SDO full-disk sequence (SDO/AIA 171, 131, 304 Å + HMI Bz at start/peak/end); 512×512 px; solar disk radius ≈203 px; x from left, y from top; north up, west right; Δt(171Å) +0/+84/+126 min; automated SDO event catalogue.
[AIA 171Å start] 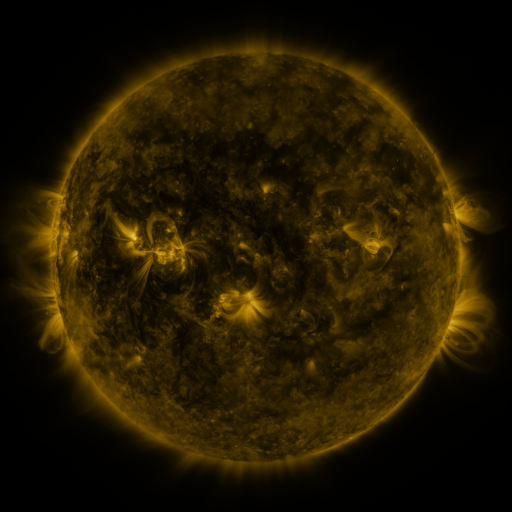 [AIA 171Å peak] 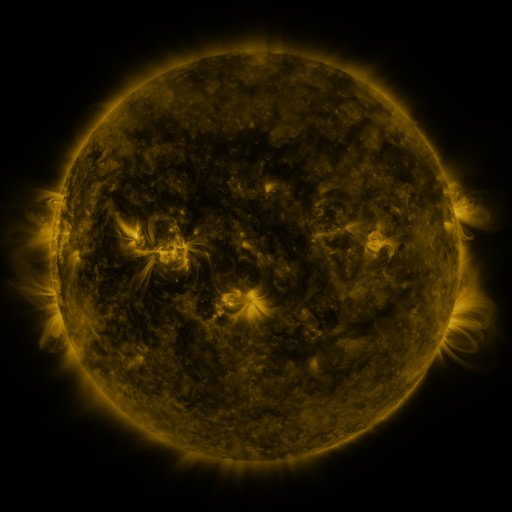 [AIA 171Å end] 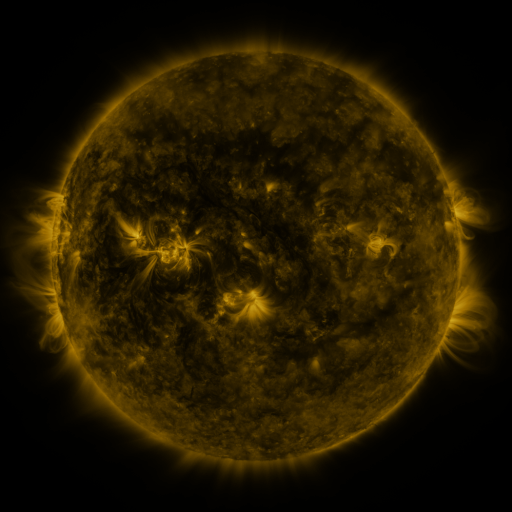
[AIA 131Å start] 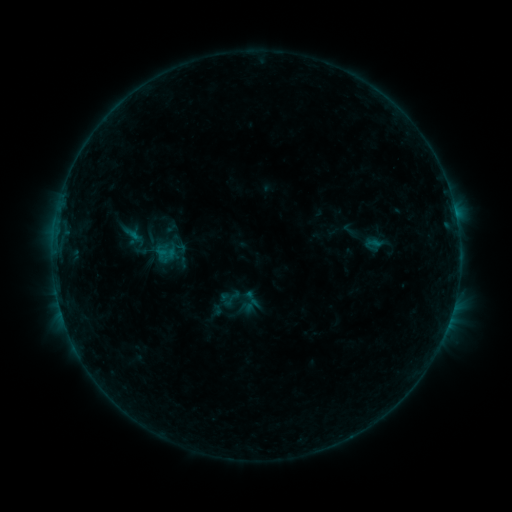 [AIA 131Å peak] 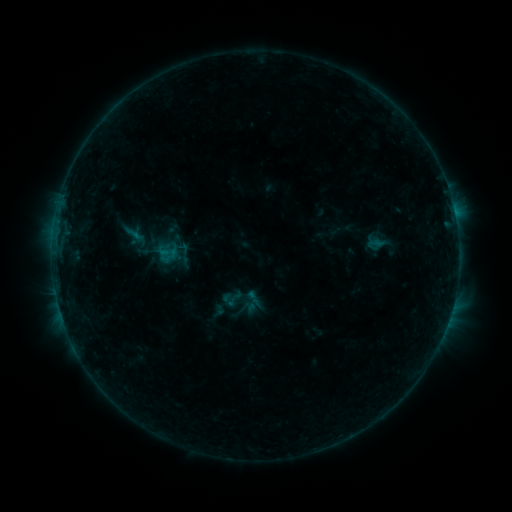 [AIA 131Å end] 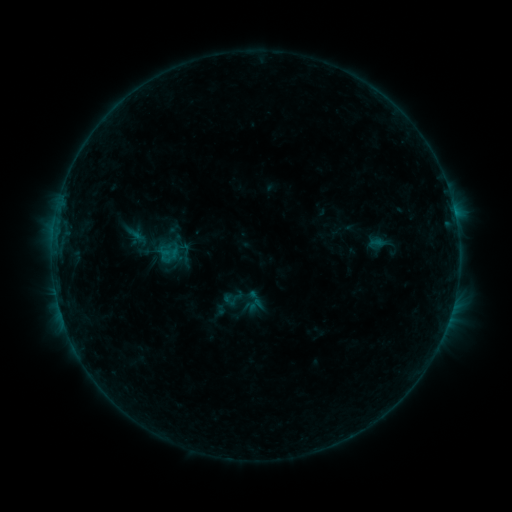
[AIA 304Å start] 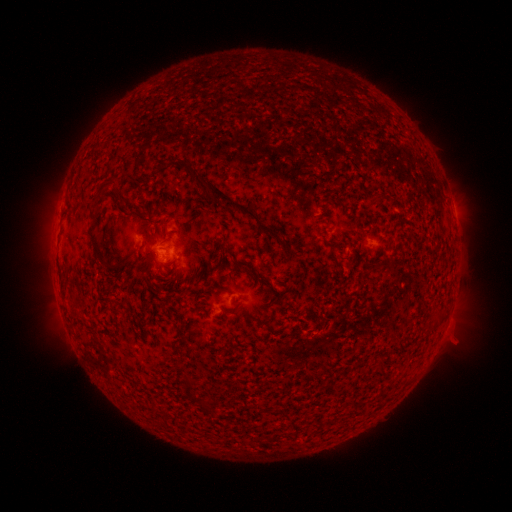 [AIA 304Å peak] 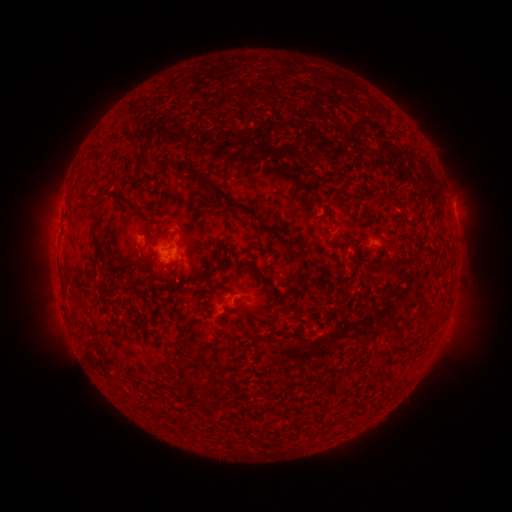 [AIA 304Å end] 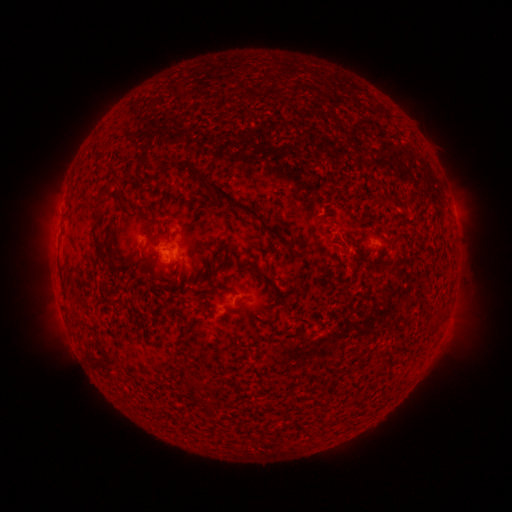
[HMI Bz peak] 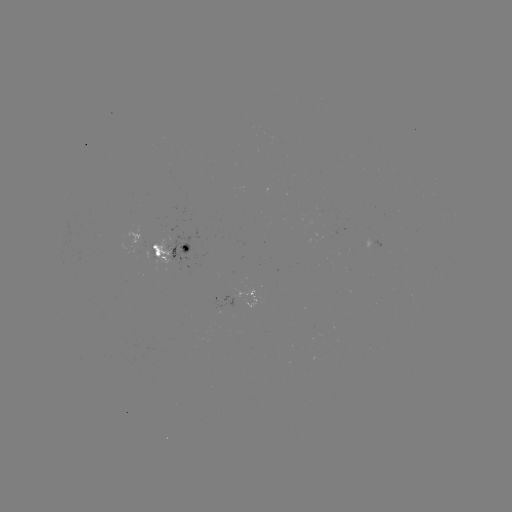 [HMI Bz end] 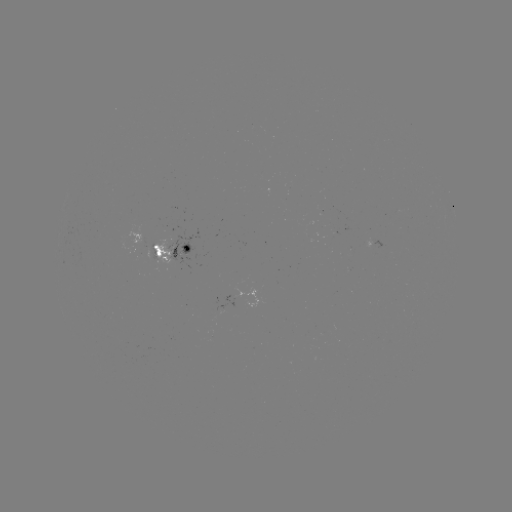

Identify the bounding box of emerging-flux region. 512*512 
[364, 239, 374, 249].